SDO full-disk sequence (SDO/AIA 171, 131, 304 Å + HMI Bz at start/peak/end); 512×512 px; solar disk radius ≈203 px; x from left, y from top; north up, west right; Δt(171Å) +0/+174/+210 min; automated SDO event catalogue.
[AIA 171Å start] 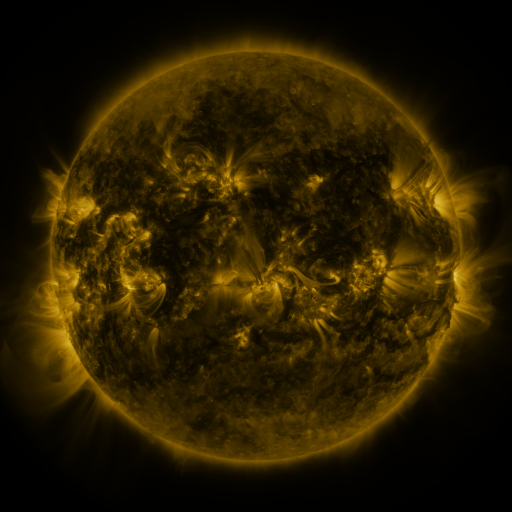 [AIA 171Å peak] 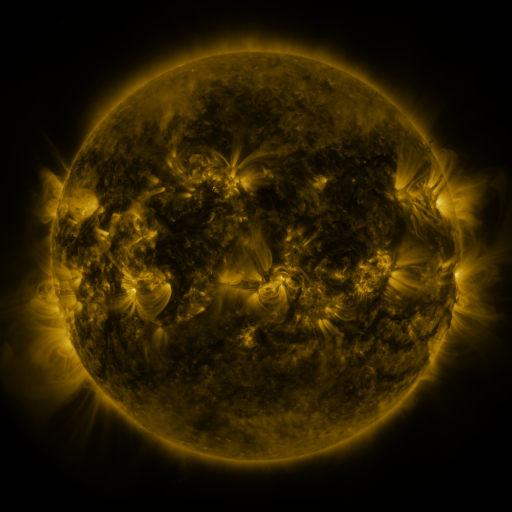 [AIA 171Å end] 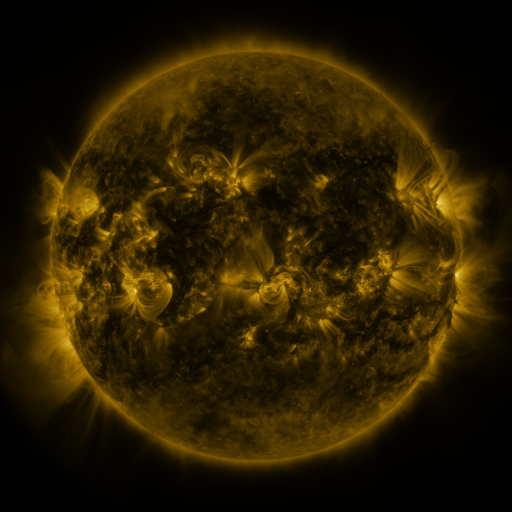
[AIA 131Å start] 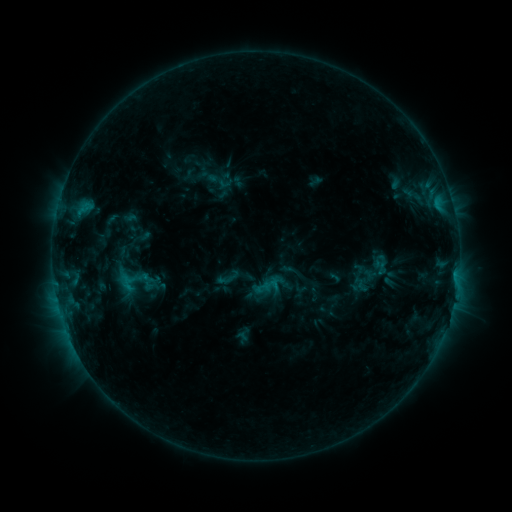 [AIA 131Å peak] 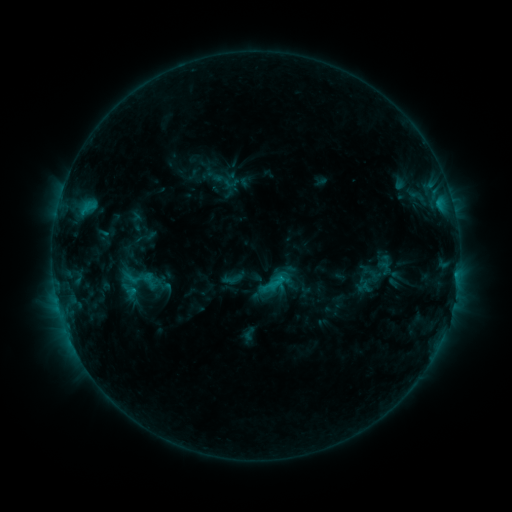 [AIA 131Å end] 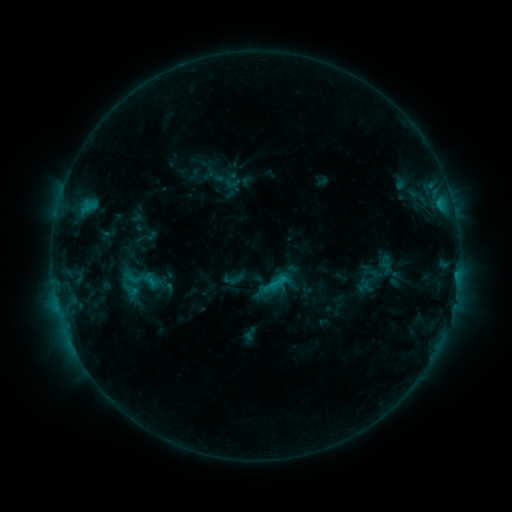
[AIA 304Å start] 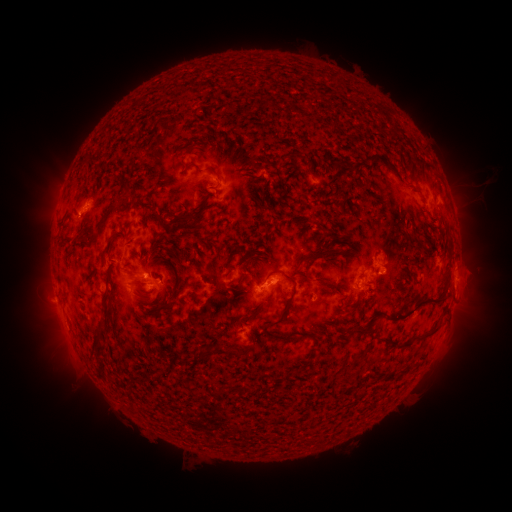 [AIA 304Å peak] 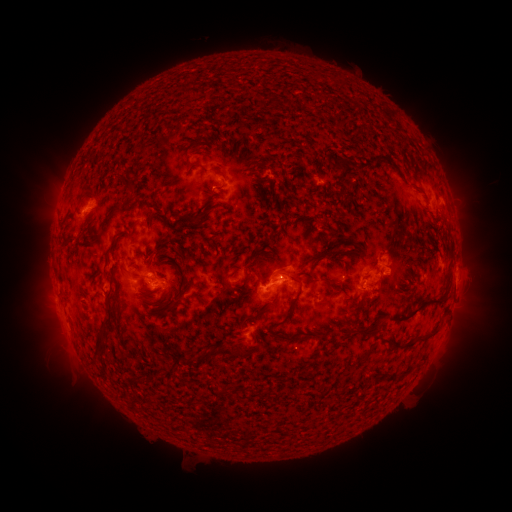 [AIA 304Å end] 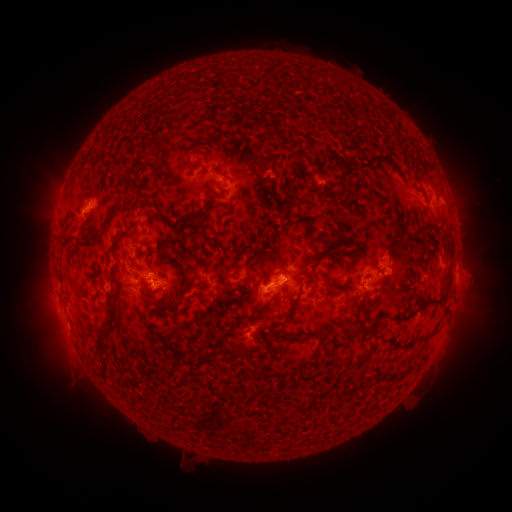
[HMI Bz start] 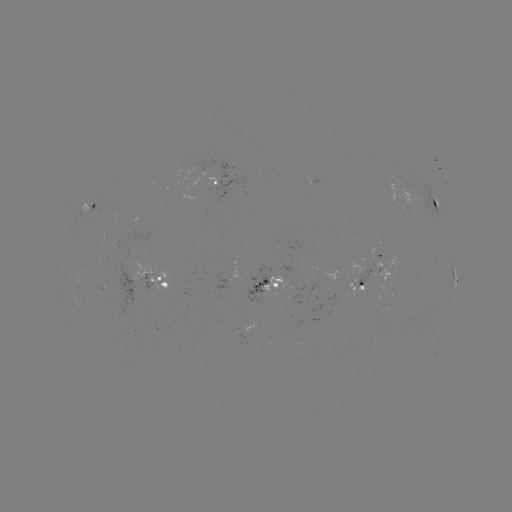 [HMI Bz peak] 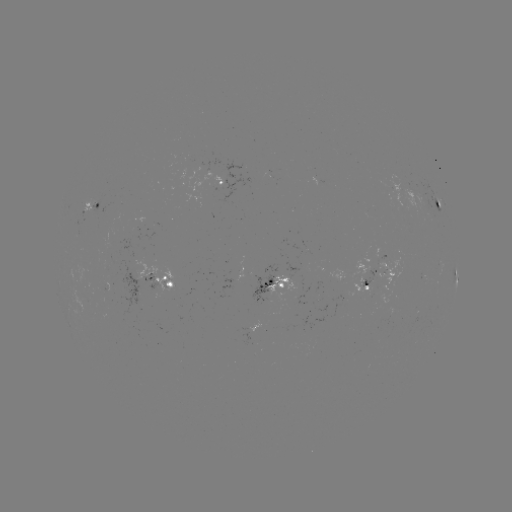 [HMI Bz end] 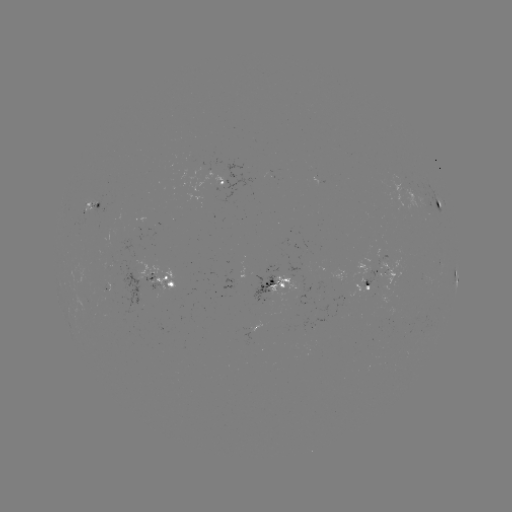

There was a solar emerging-flux region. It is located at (266, 295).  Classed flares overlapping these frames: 2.